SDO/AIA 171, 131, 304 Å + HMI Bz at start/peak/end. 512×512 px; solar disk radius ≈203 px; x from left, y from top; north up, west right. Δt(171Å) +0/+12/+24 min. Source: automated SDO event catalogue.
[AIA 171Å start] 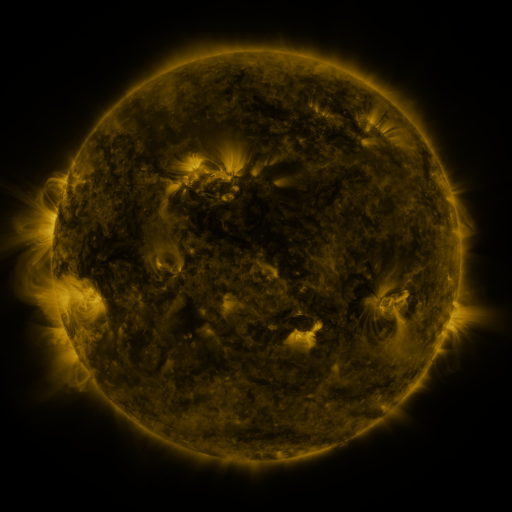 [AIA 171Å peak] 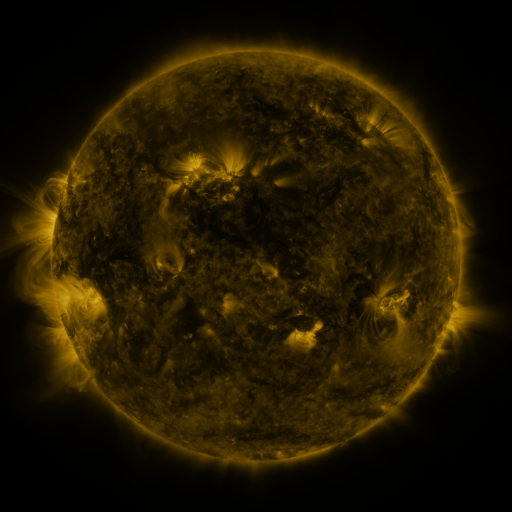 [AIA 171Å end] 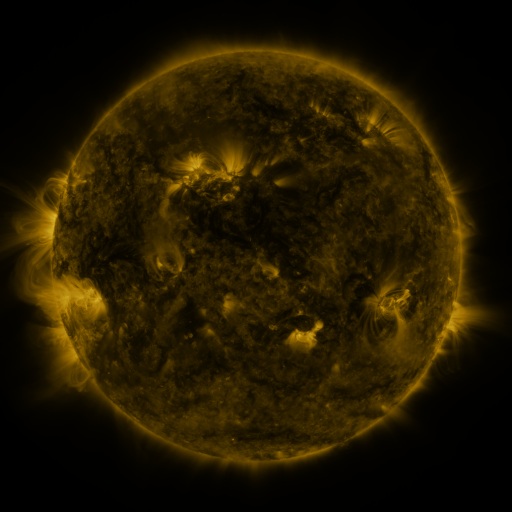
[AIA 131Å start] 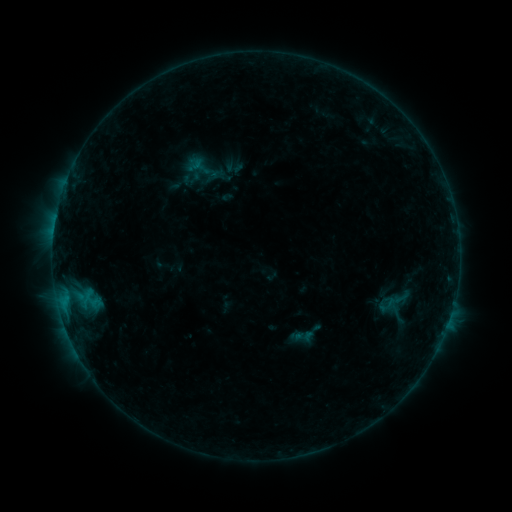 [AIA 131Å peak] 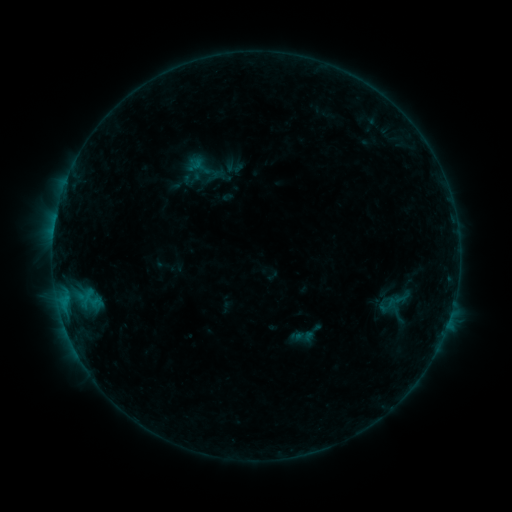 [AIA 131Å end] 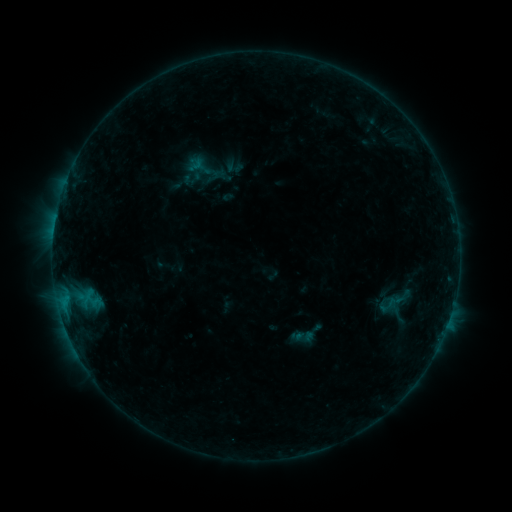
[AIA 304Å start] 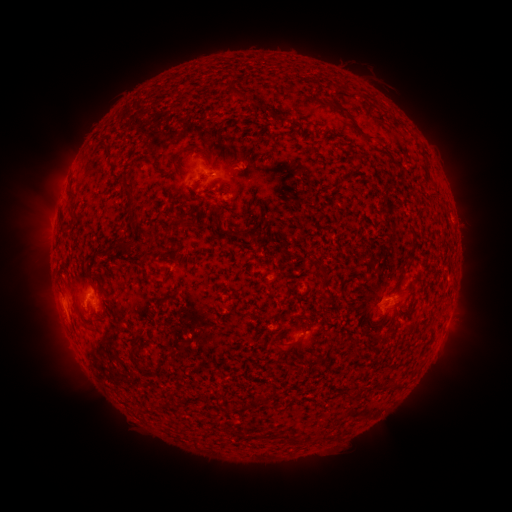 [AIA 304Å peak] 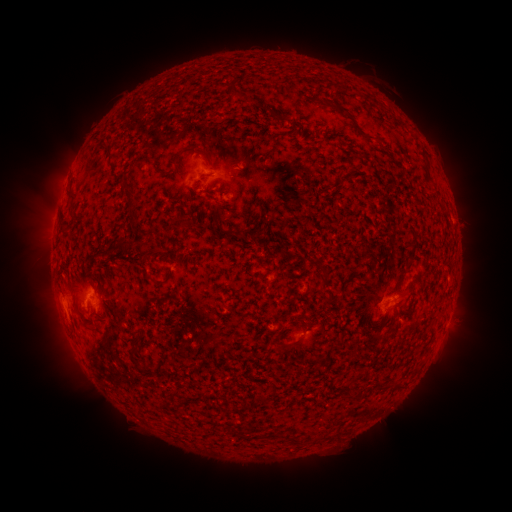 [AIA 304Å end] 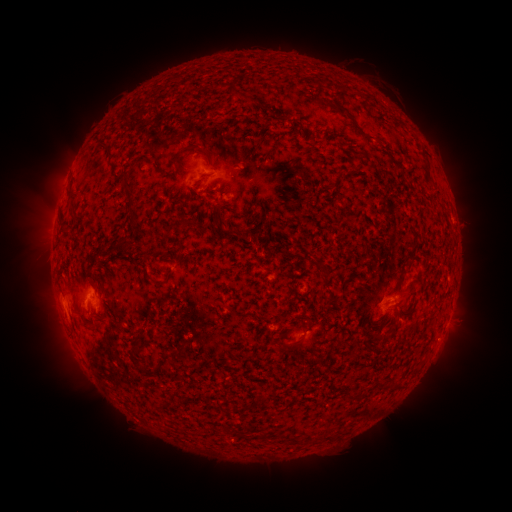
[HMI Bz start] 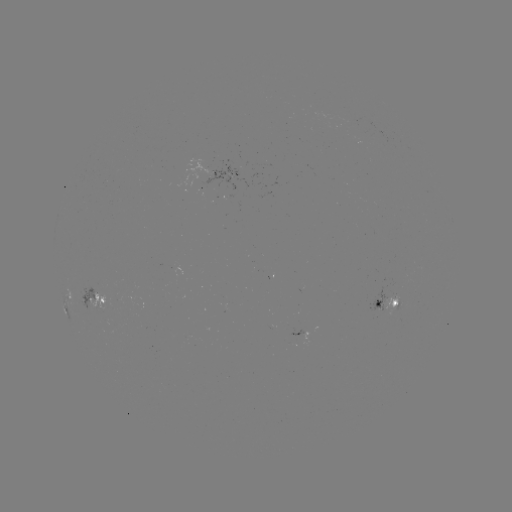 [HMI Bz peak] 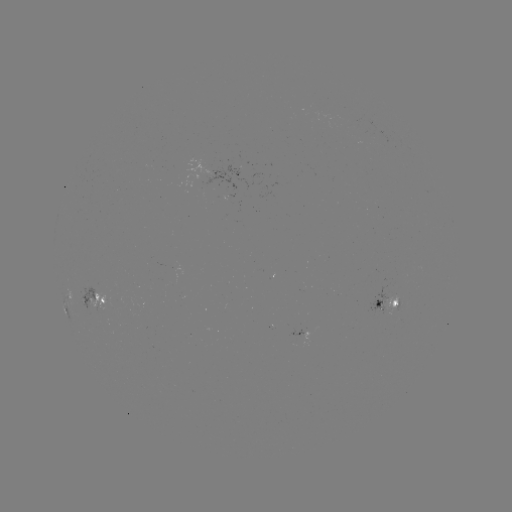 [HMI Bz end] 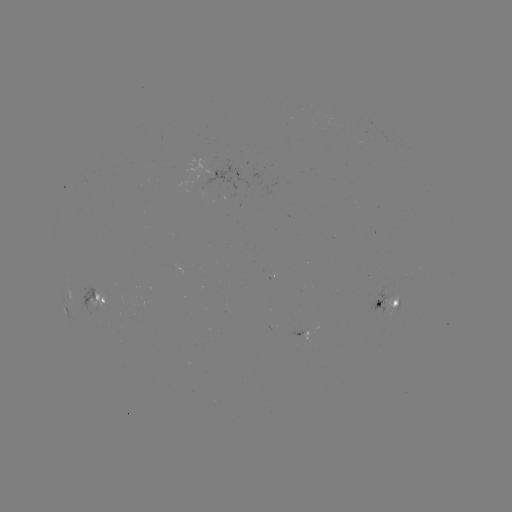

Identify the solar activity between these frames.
no catalogued flare and no flagged EUV brightening in this window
